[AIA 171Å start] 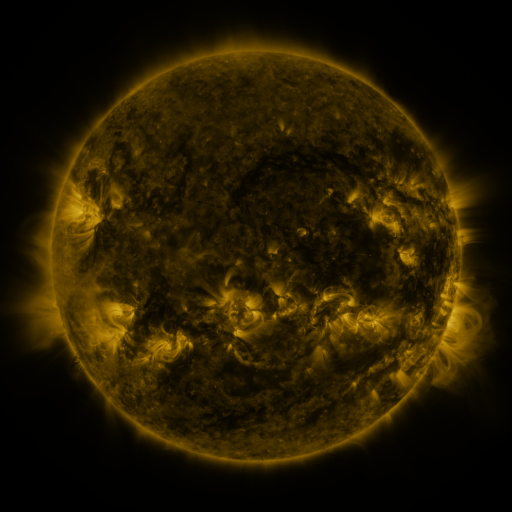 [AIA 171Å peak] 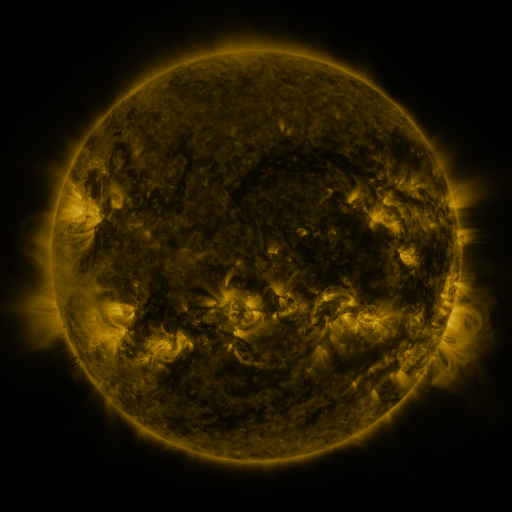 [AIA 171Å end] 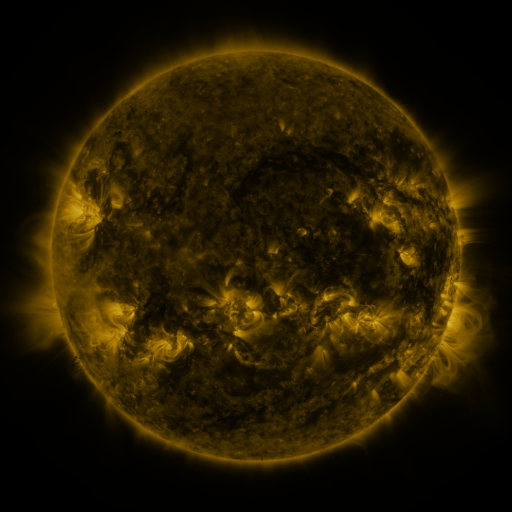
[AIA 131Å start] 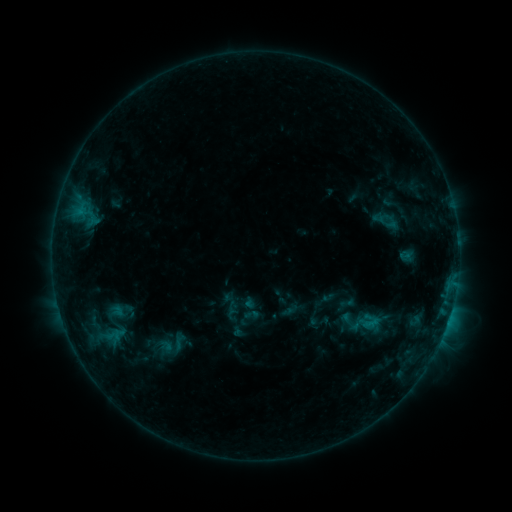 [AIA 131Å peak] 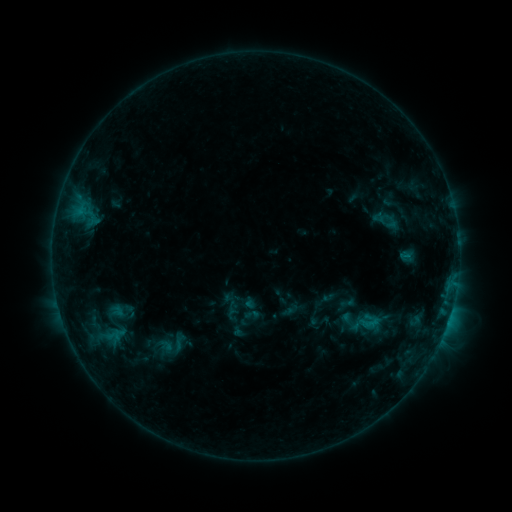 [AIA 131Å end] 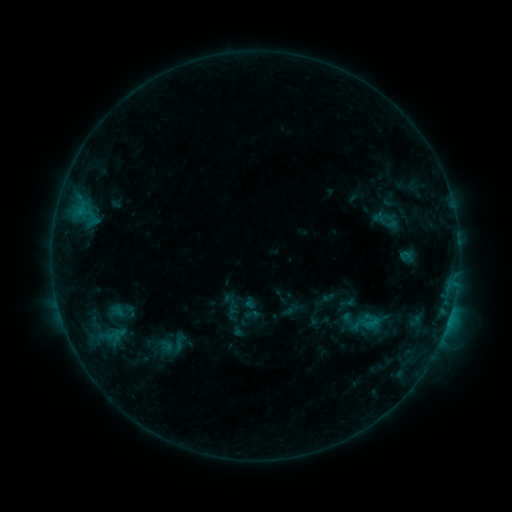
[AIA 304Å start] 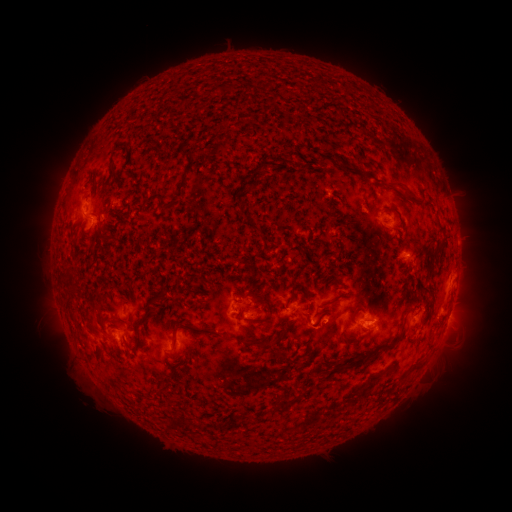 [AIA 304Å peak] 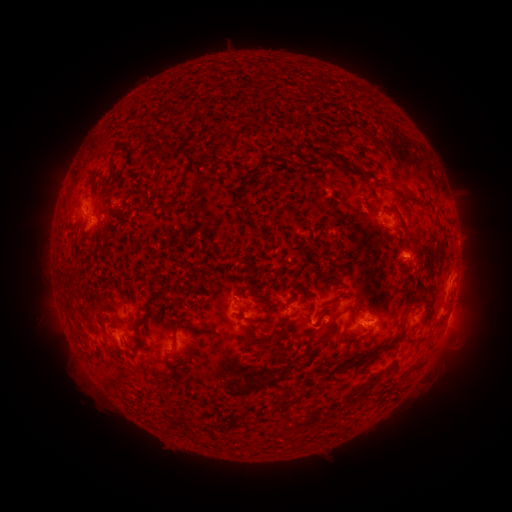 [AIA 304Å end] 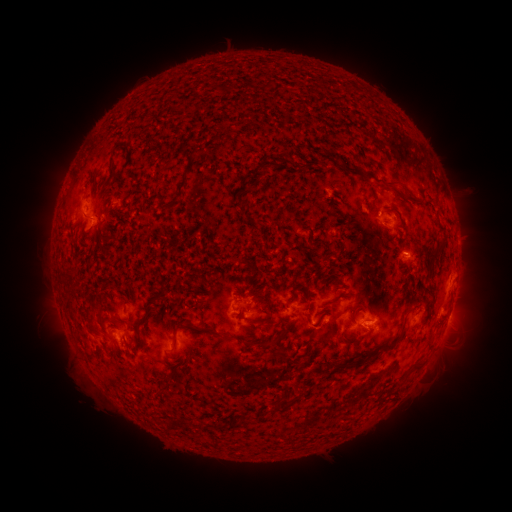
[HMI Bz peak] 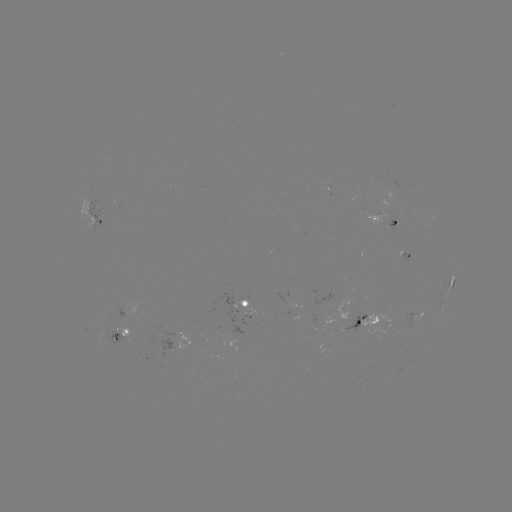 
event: flare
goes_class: B7.7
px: (379, 218)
